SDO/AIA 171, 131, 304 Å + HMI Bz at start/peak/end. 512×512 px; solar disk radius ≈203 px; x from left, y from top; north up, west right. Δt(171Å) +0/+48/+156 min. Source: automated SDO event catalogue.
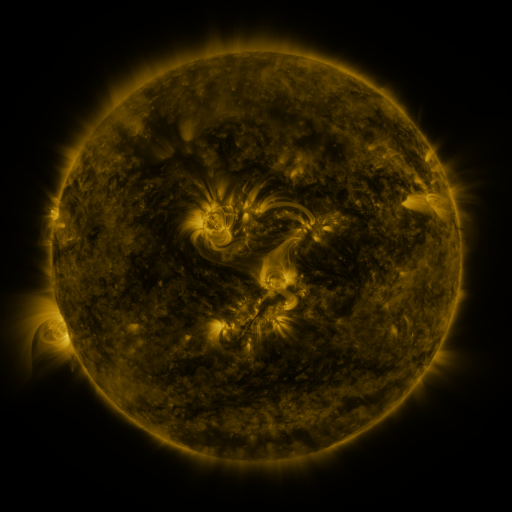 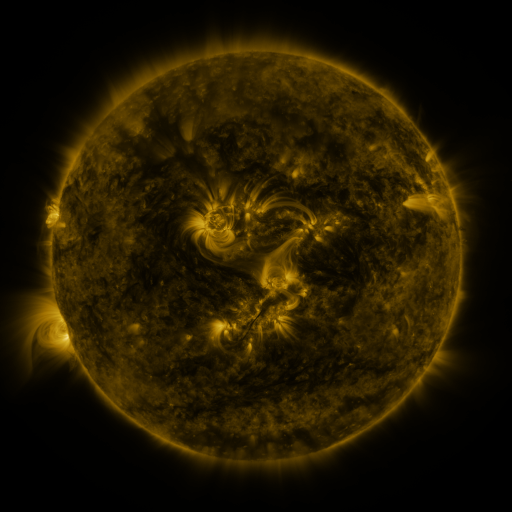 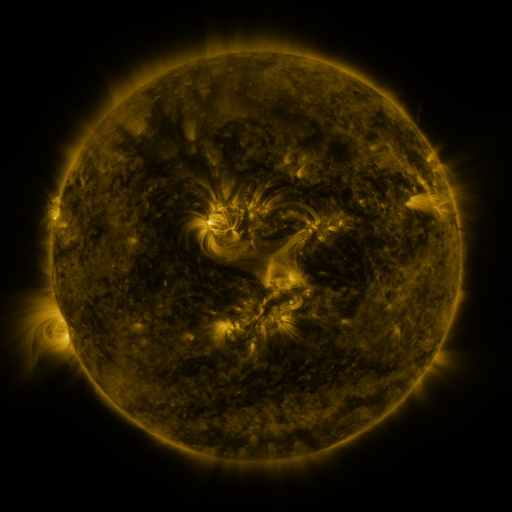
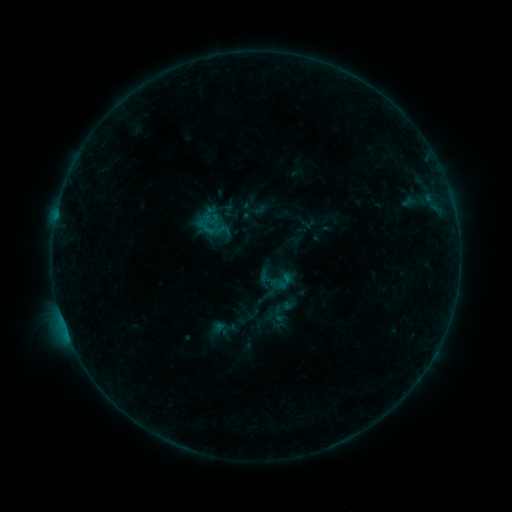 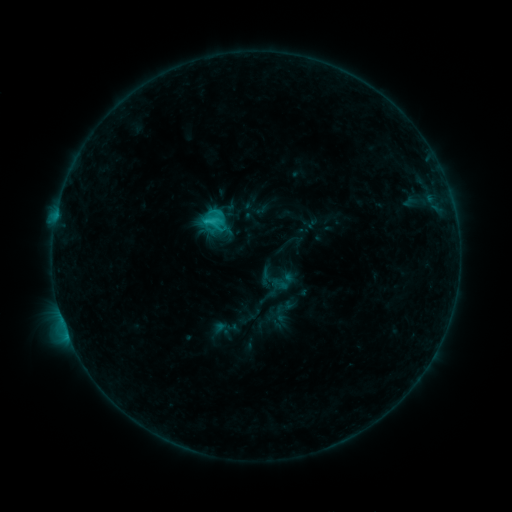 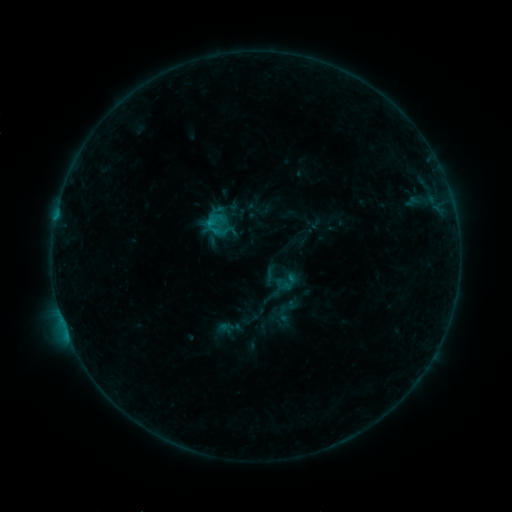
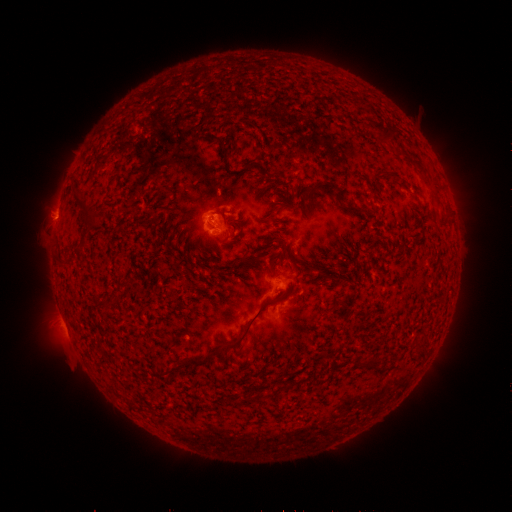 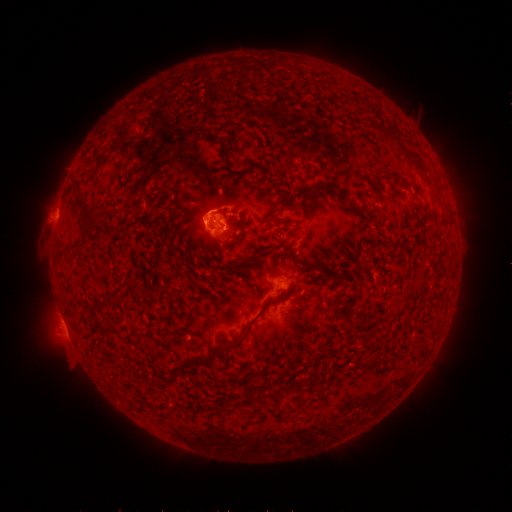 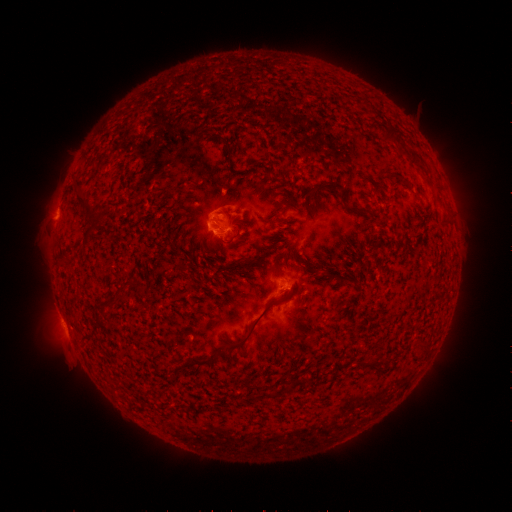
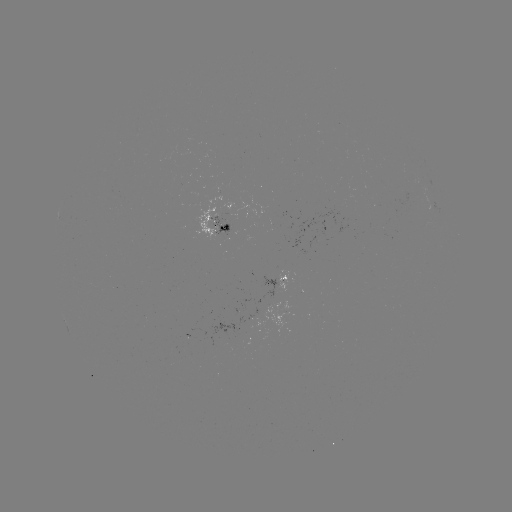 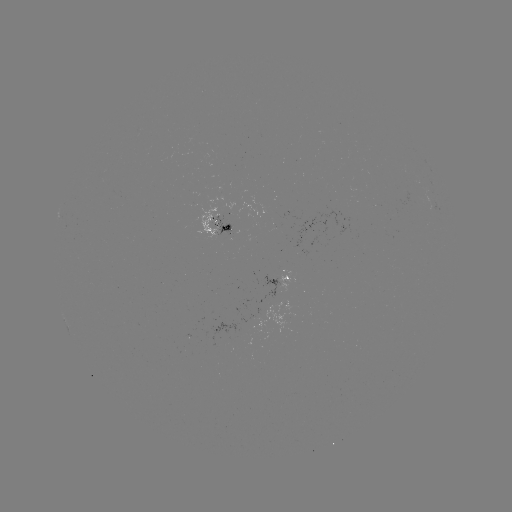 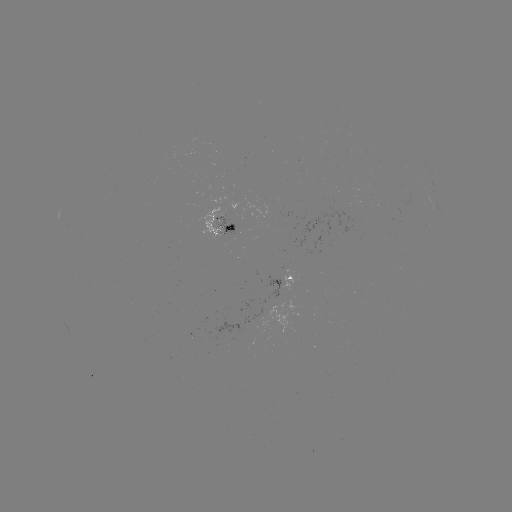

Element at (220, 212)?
C1.4 flare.